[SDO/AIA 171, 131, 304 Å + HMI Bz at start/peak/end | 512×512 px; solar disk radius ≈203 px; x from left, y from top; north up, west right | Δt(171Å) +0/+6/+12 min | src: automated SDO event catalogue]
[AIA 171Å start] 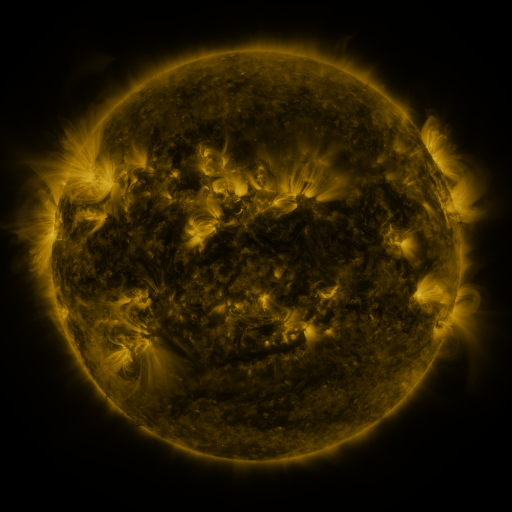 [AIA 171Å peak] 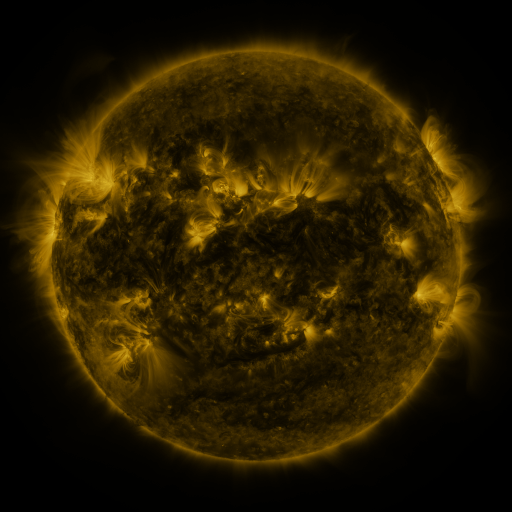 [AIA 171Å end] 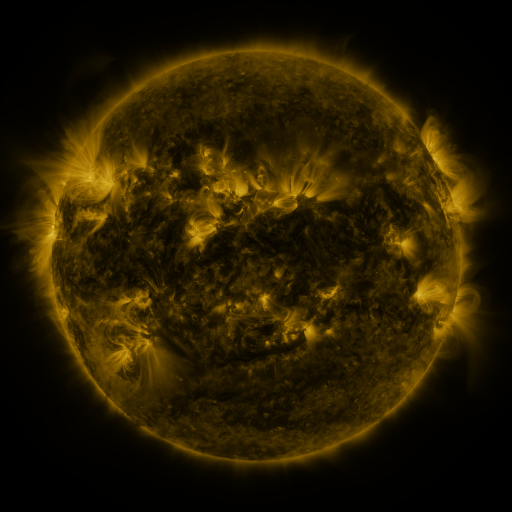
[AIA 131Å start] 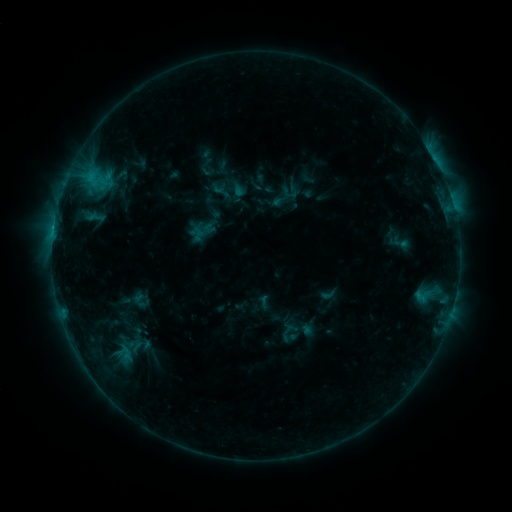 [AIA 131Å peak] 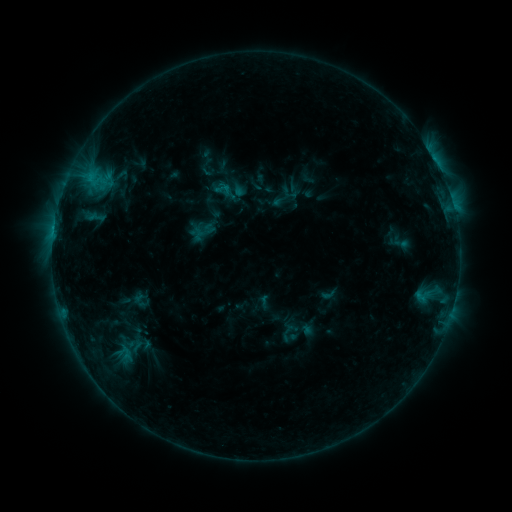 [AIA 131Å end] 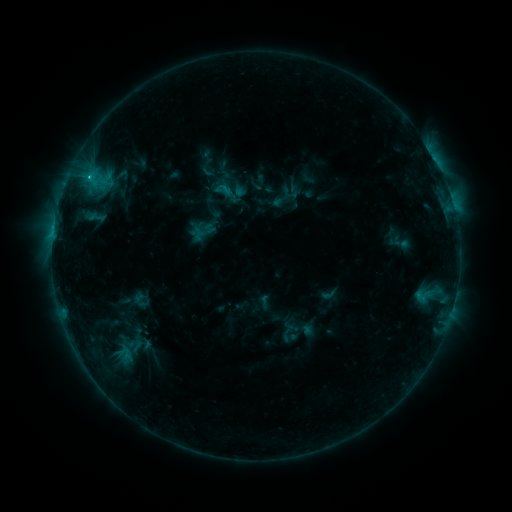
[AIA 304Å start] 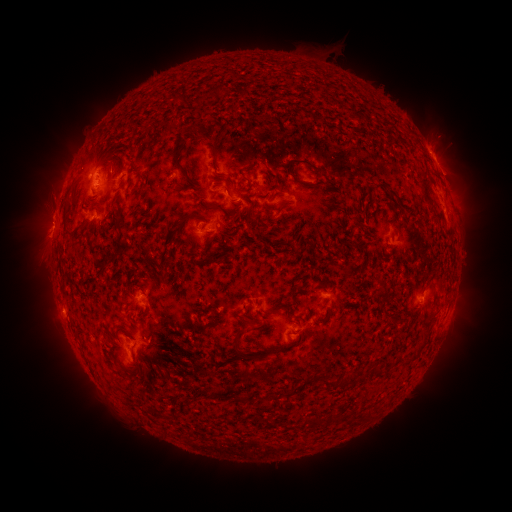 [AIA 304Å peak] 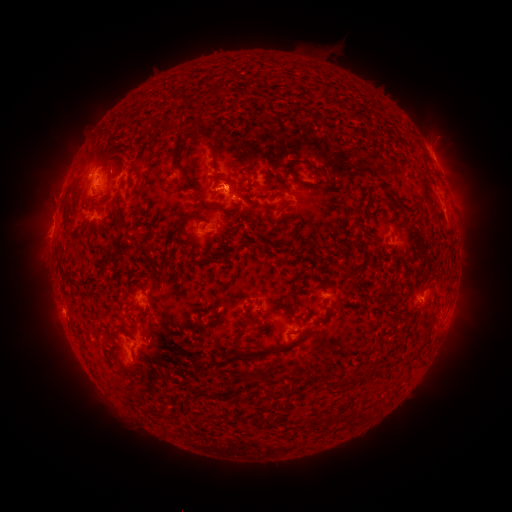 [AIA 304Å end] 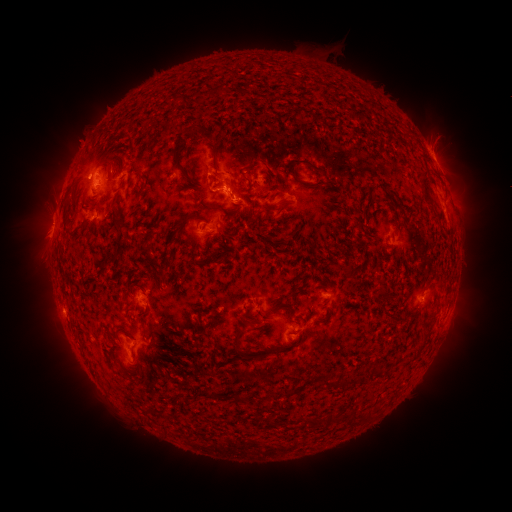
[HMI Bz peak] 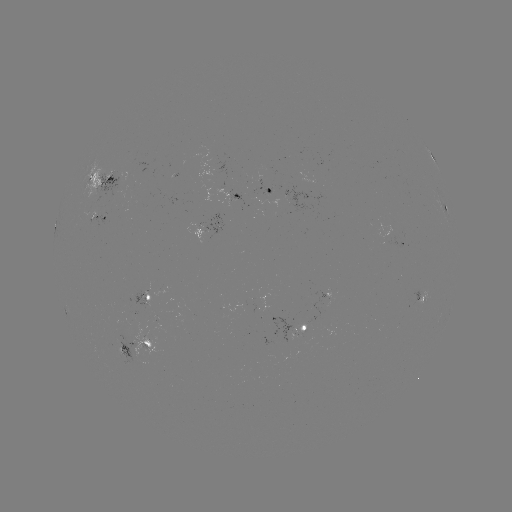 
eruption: (179, 157, 257, 233)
